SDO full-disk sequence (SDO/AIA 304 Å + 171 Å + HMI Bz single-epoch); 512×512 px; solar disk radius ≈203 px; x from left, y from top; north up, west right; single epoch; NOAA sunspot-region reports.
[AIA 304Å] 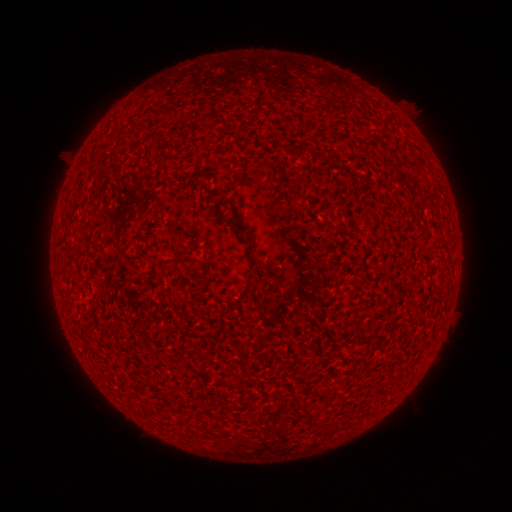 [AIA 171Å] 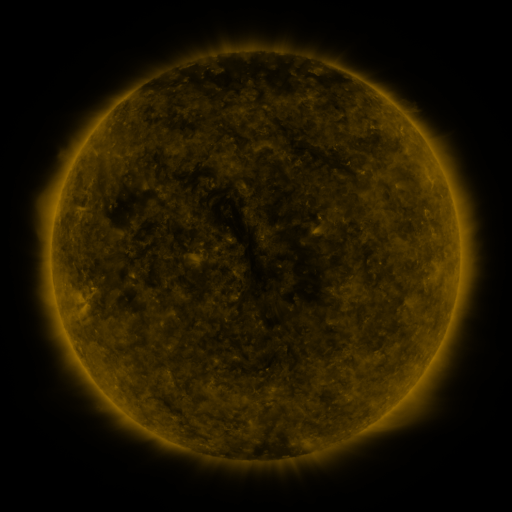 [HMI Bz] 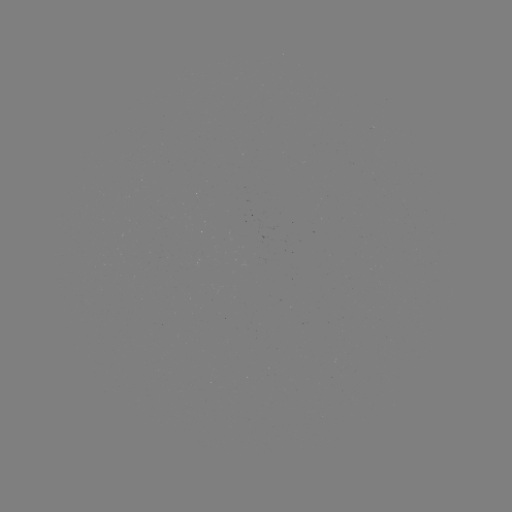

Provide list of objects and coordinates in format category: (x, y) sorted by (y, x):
(none)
